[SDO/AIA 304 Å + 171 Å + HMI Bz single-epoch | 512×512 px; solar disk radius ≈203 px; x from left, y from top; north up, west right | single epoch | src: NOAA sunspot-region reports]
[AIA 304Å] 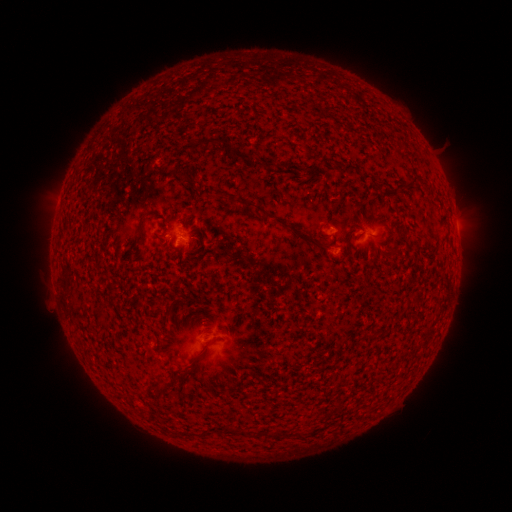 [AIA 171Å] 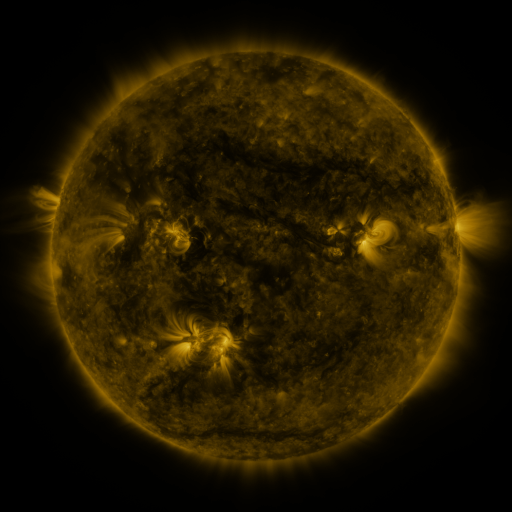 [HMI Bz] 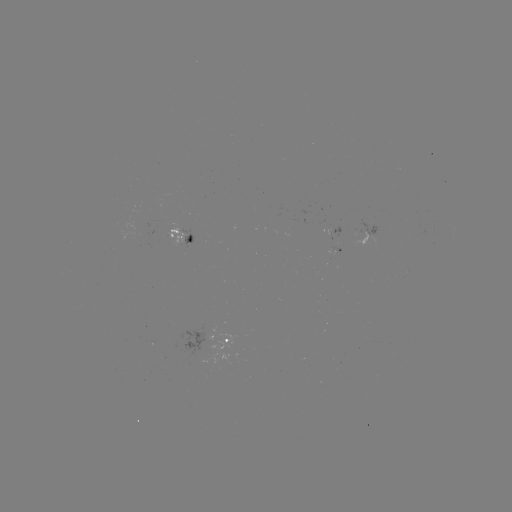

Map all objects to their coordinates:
spotted active region: (376, 233)
spotted active region: (181, 236)
spotted active region: (225, 342)
